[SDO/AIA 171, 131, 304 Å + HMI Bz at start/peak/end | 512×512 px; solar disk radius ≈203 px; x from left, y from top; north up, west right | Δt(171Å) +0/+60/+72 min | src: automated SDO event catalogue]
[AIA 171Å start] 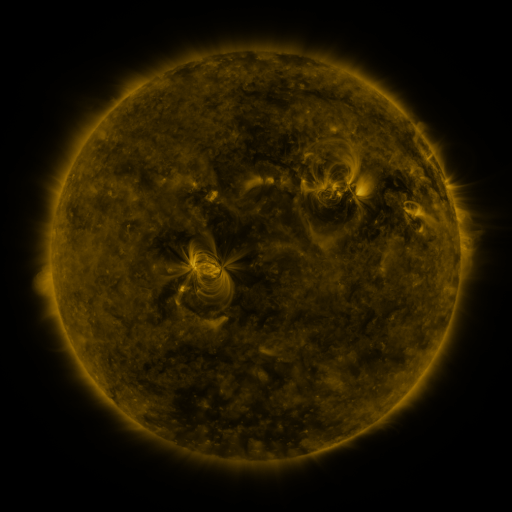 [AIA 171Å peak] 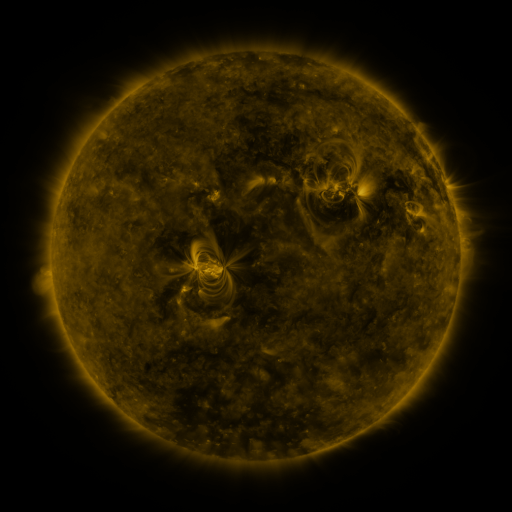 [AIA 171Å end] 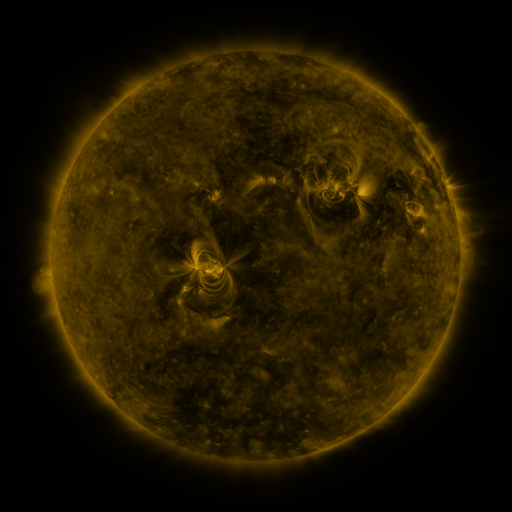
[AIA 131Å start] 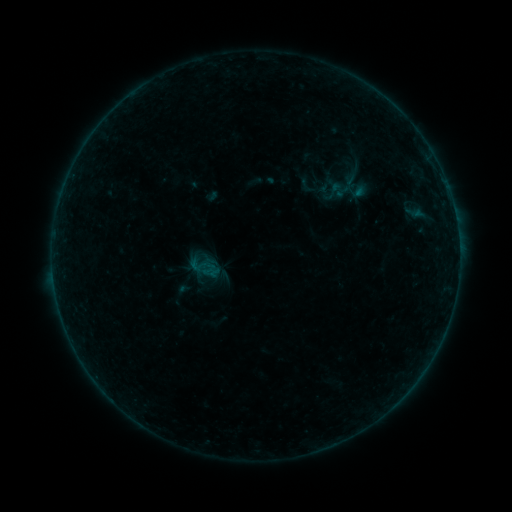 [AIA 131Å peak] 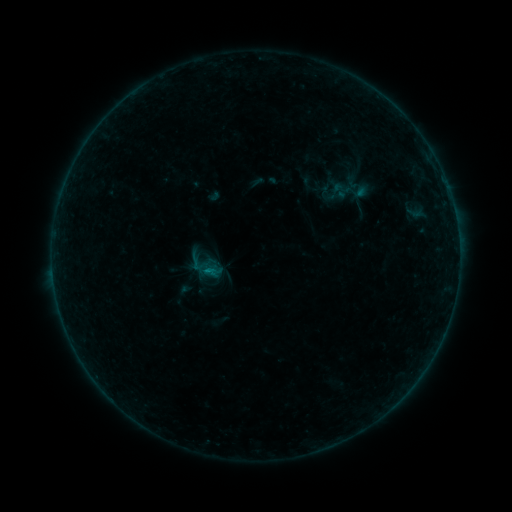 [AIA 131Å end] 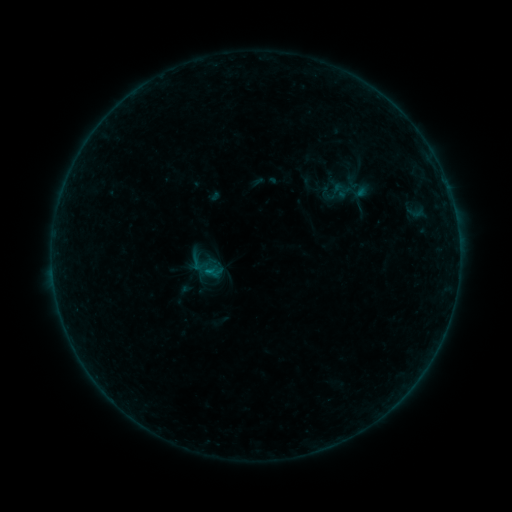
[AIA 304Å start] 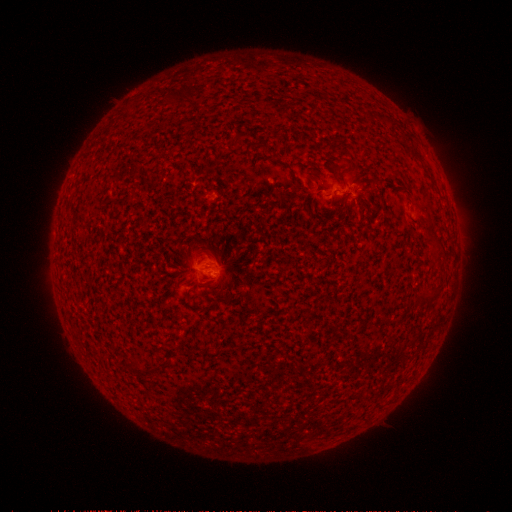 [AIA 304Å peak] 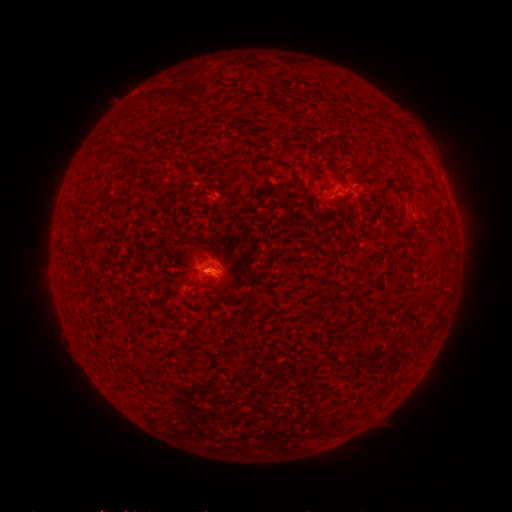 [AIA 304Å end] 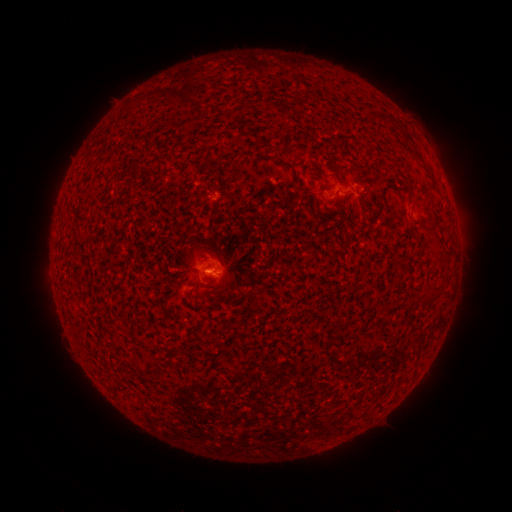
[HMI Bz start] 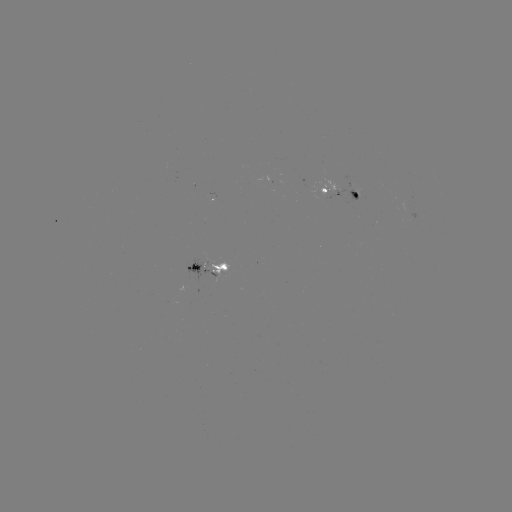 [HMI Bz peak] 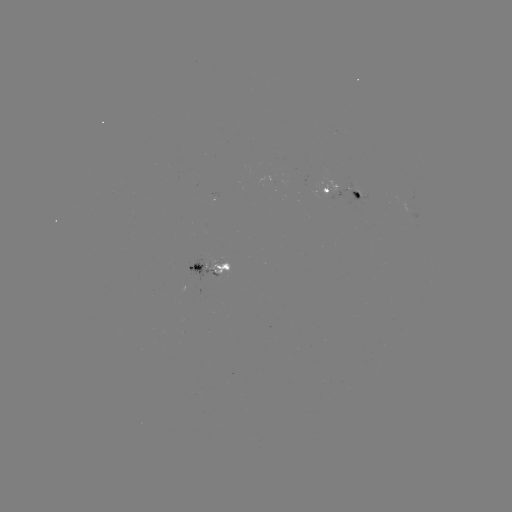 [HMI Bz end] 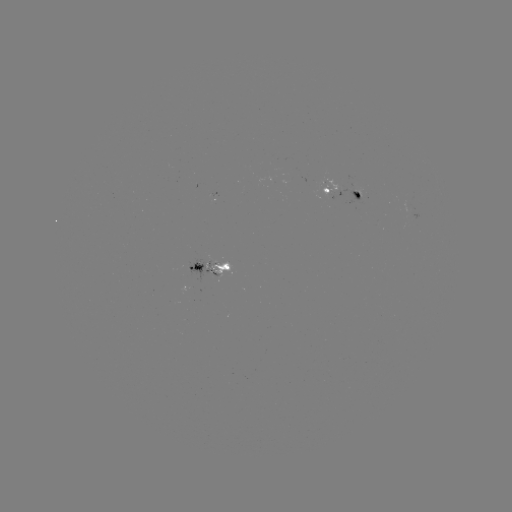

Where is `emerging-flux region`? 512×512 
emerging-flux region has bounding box [204, 256, 230, 279].